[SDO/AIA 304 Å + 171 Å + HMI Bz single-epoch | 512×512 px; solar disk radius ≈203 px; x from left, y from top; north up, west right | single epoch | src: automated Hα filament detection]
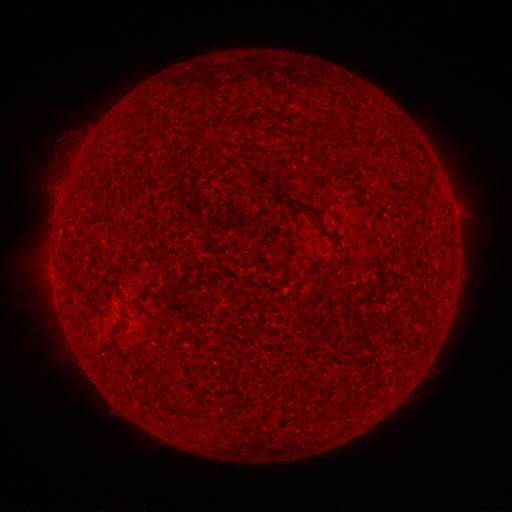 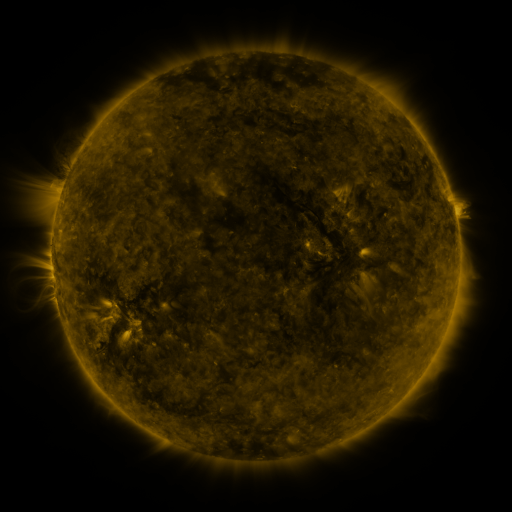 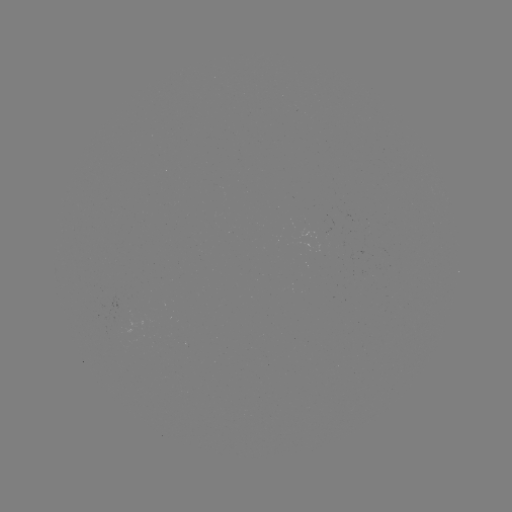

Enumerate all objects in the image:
filament: (260, 117)
filament: (236, 122)
filament: (299, 204)
filament: (416, 204)
filament: (103, 351)
filament: (174, 410)
